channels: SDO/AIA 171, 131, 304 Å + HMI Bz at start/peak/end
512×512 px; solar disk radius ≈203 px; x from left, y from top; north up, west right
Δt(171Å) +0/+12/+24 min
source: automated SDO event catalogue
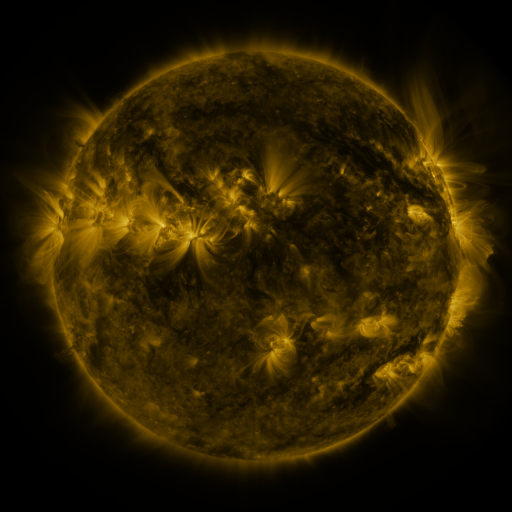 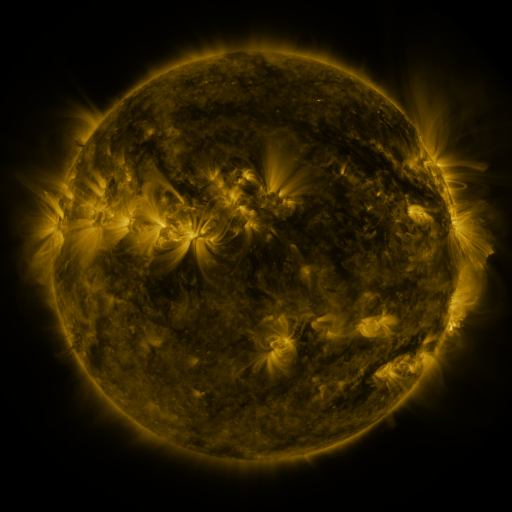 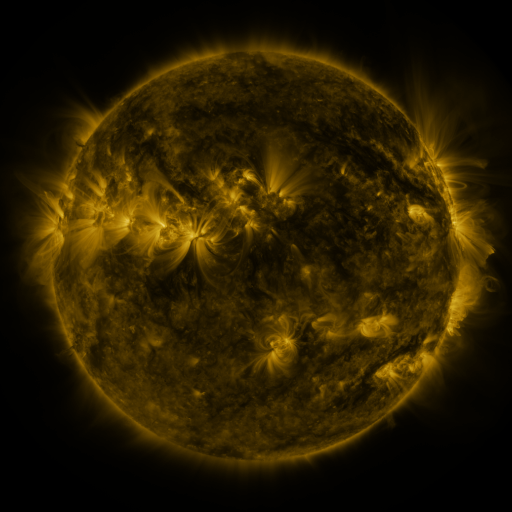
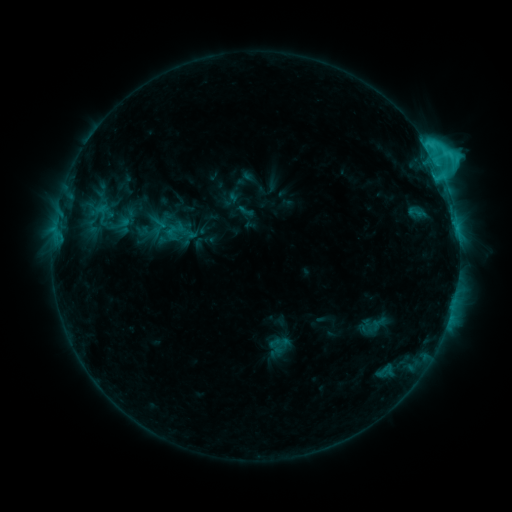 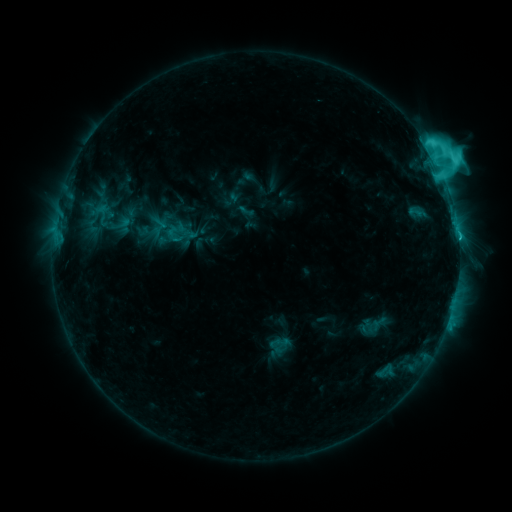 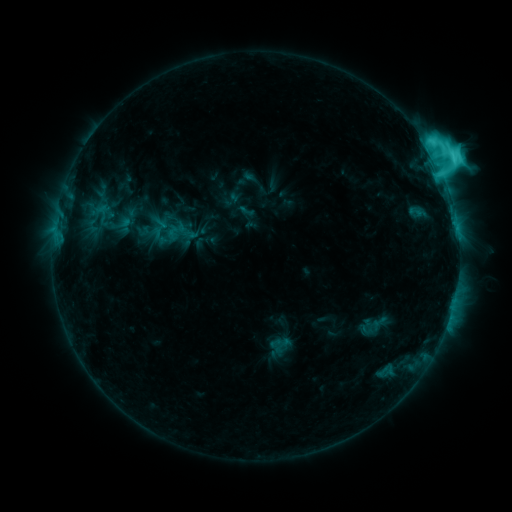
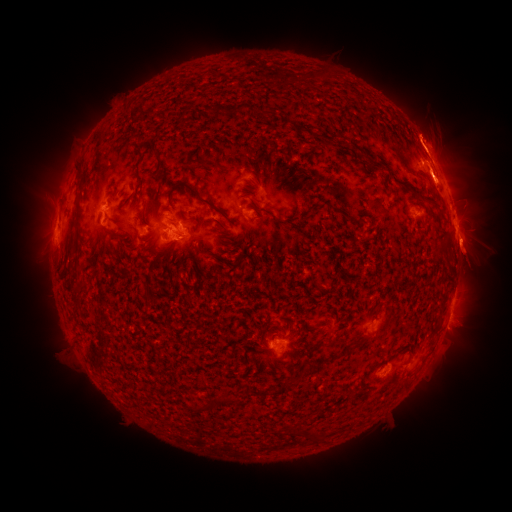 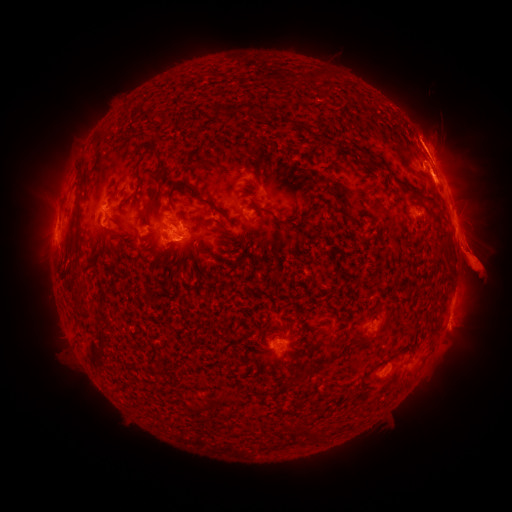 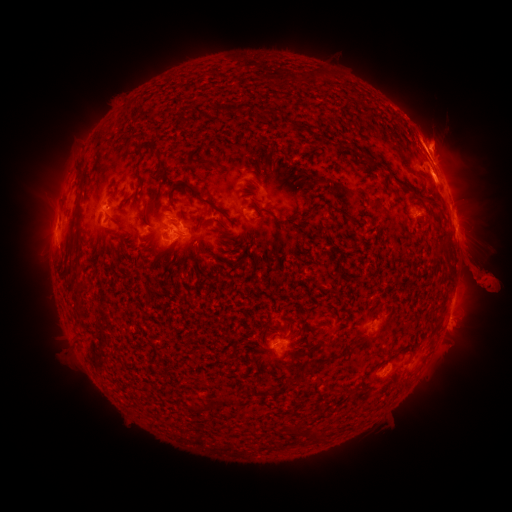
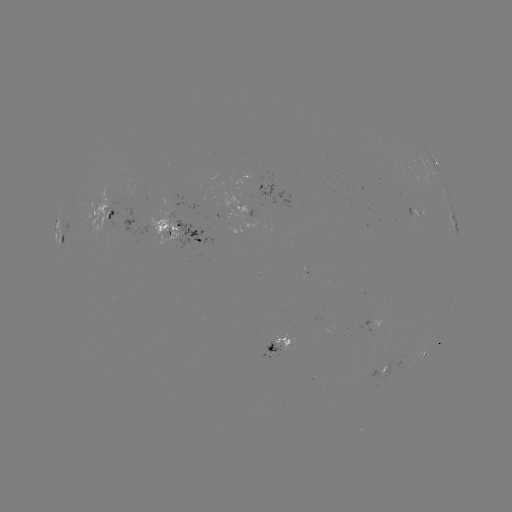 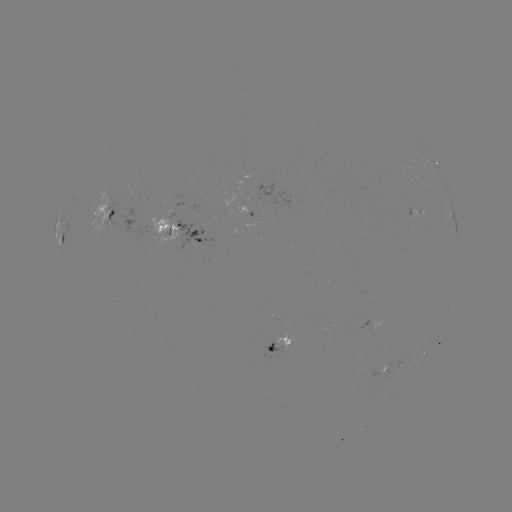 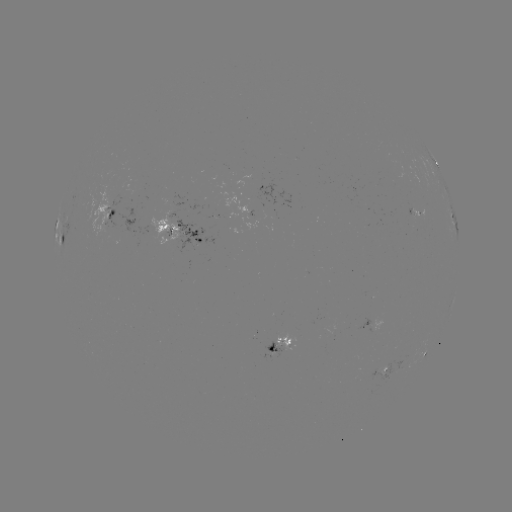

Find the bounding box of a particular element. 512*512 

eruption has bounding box [407, 185, 511, 324].